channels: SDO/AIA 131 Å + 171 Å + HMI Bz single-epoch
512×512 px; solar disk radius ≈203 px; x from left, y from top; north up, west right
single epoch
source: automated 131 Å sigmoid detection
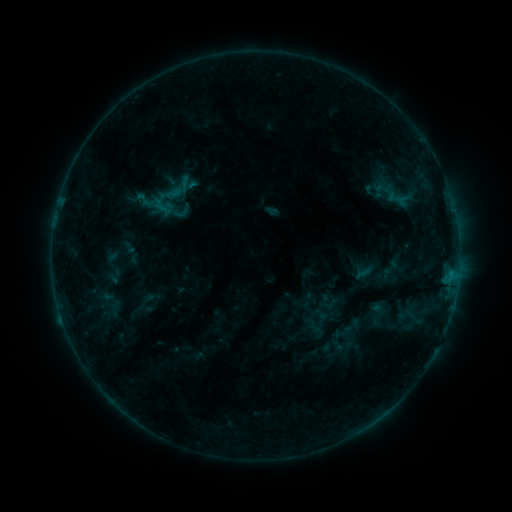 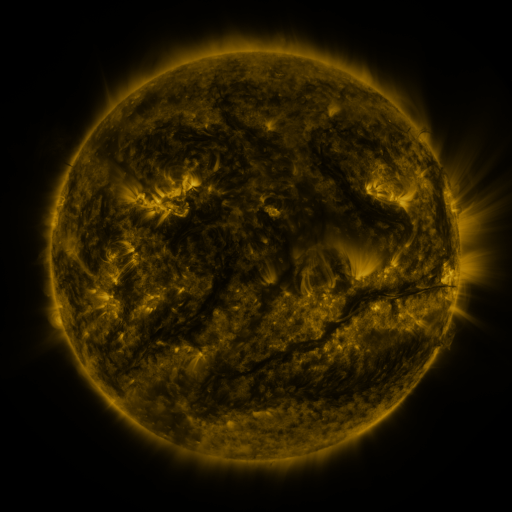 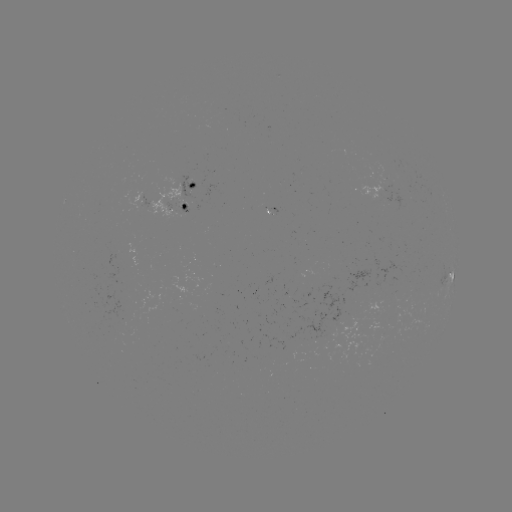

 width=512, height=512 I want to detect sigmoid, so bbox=[135, 190, 155, 210].